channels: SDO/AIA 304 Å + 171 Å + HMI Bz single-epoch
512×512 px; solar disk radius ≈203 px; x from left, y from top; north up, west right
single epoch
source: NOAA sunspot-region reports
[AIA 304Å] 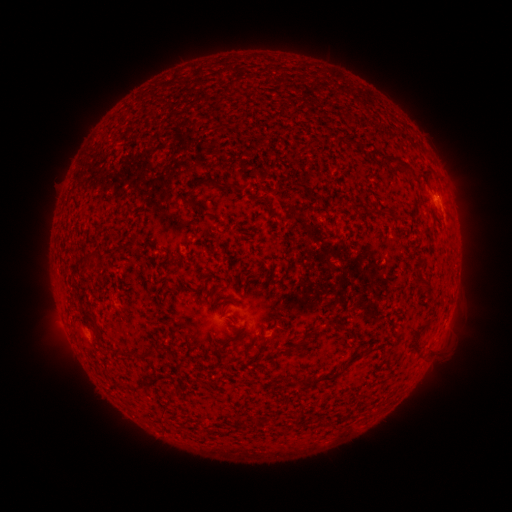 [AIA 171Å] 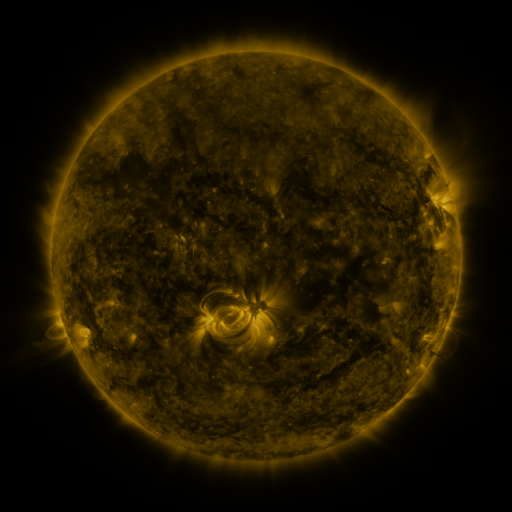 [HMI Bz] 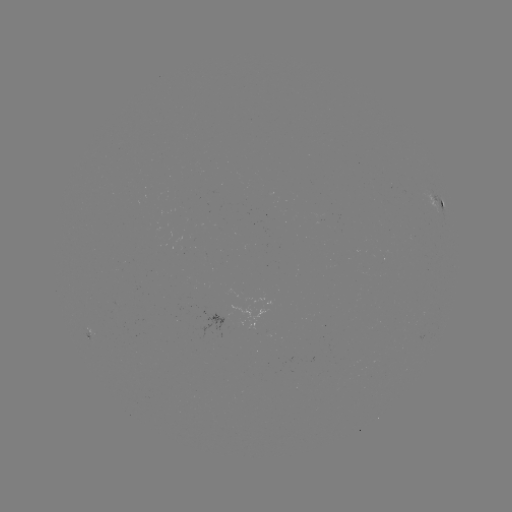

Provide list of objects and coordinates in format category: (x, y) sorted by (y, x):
spotted active region: (441, 207)
spotted active region: (94, 327)
